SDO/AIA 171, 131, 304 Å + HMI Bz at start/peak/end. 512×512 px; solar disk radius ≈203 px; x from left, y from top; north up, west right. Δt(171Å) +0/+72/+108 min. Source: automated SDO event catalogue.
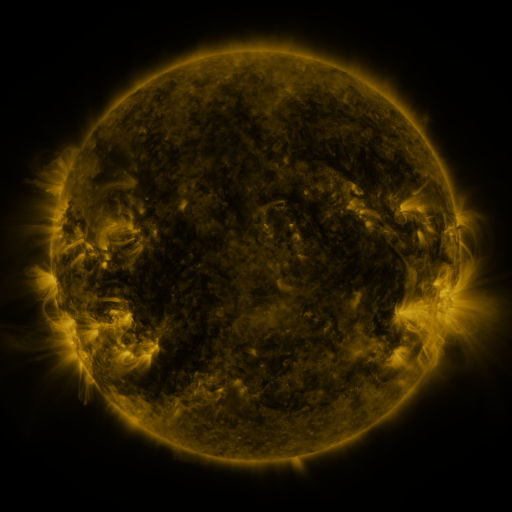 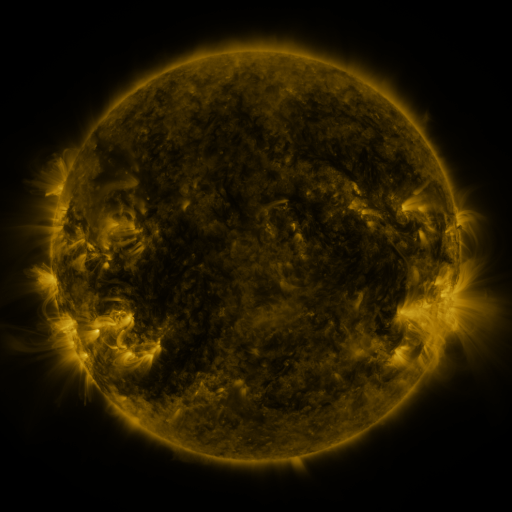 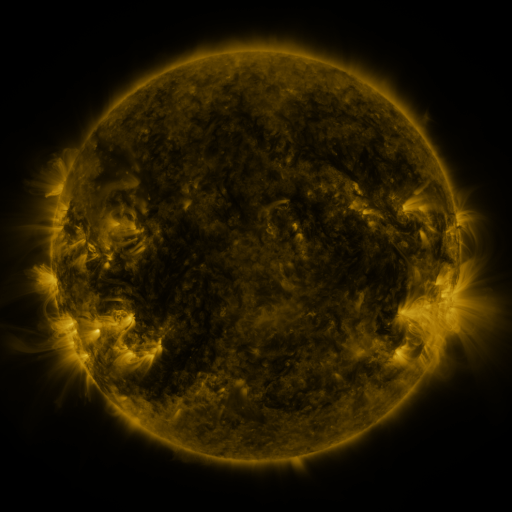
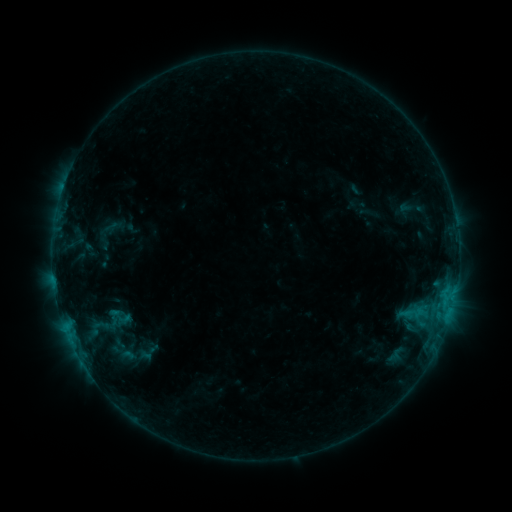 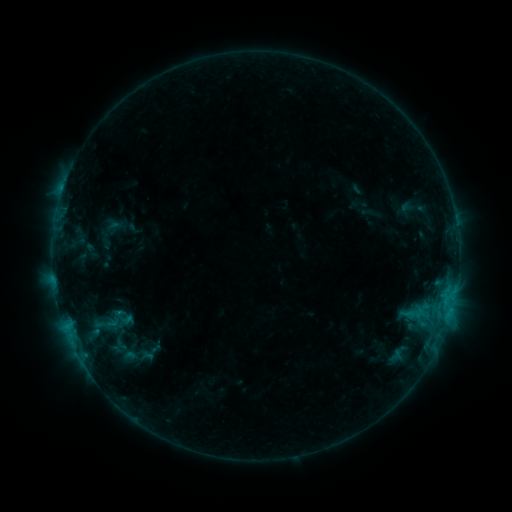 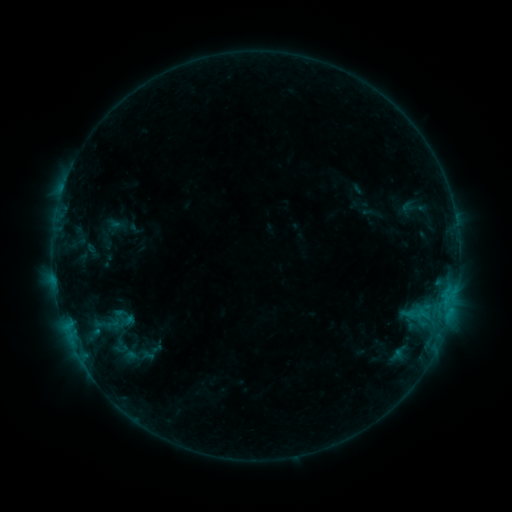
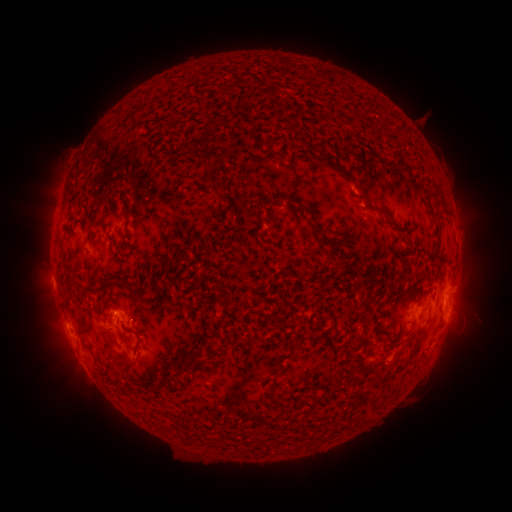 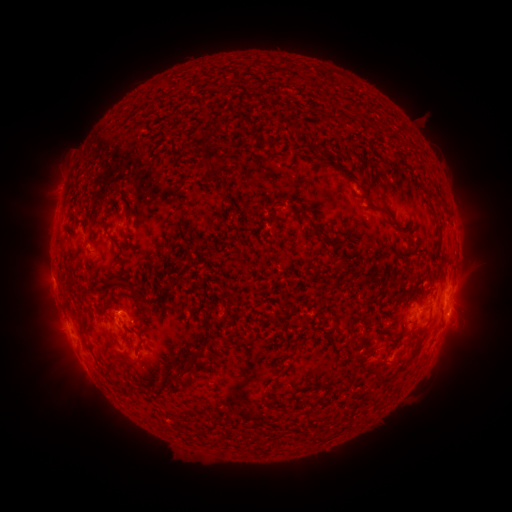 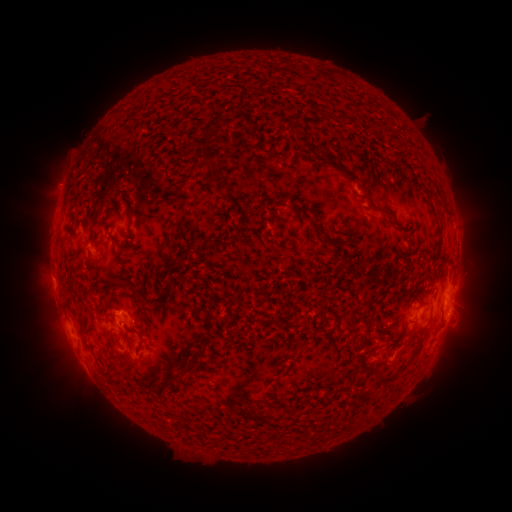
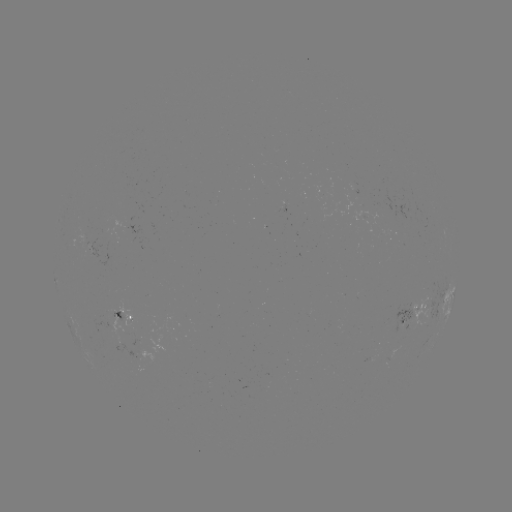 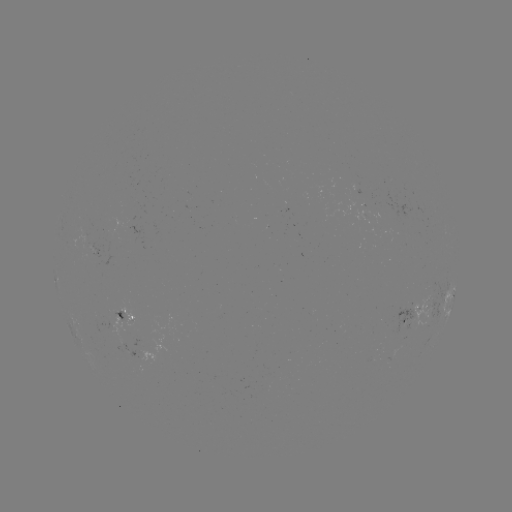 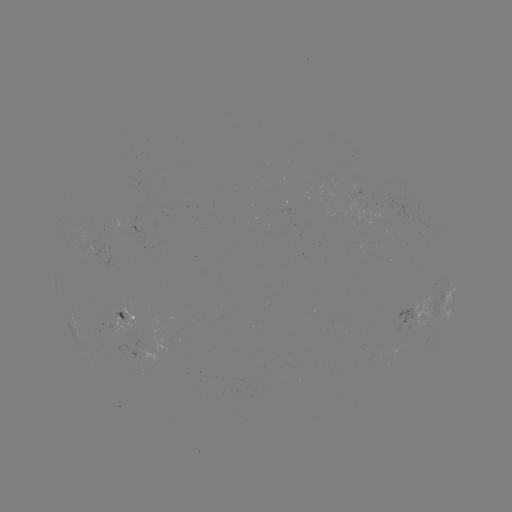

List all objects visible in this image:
emerging-flux region: (143, 355)
